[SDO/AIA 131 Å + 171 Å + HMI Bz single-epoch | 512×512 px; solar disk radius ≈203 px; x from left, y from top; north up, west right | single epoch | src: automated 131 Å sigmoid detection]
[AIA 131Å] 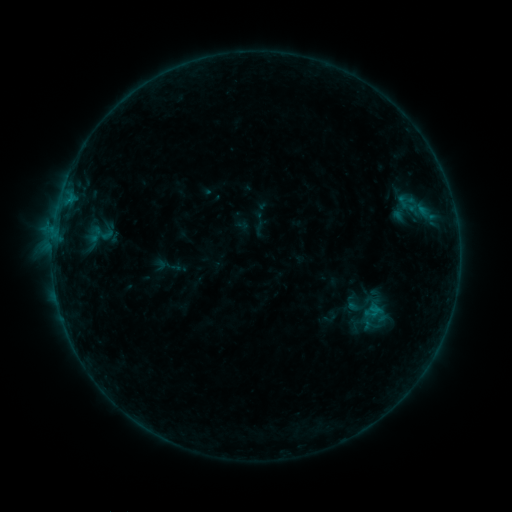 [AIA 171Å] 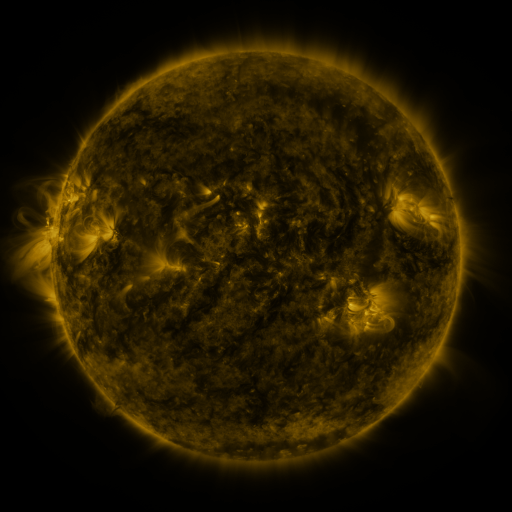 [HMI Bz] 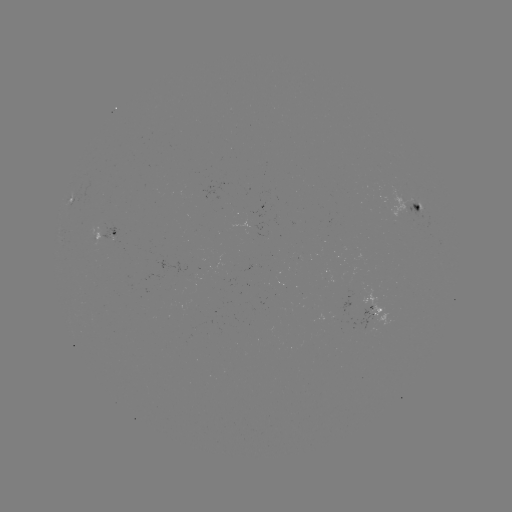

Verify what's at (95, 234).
sigmoid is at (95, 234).